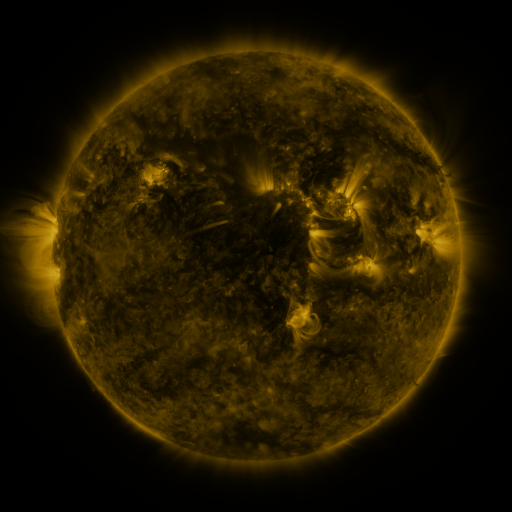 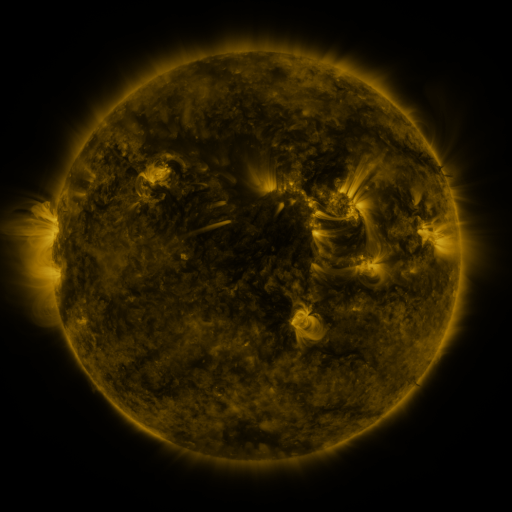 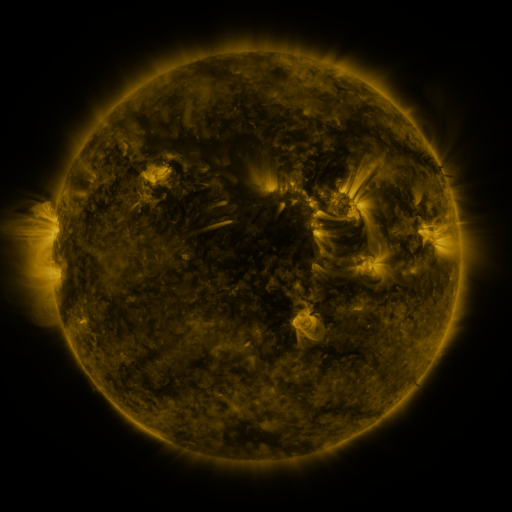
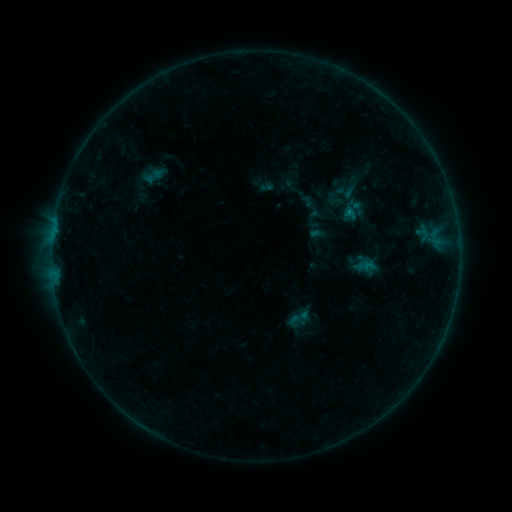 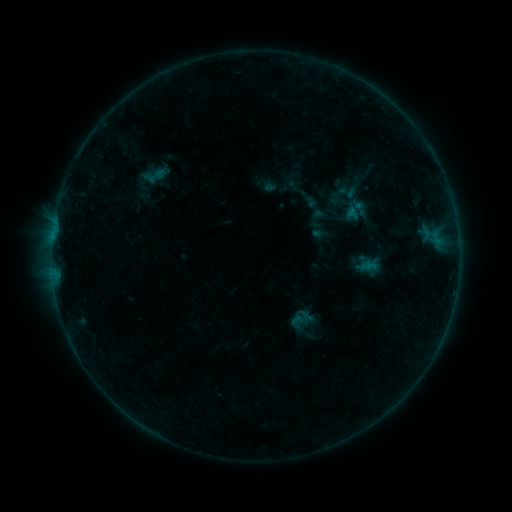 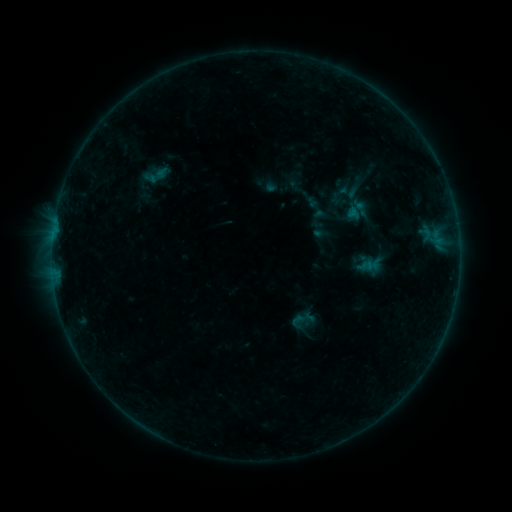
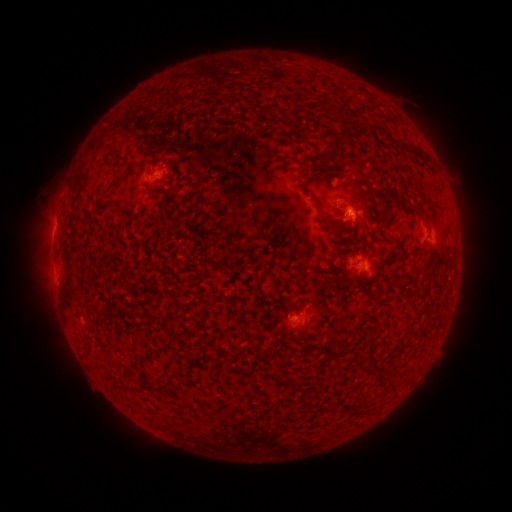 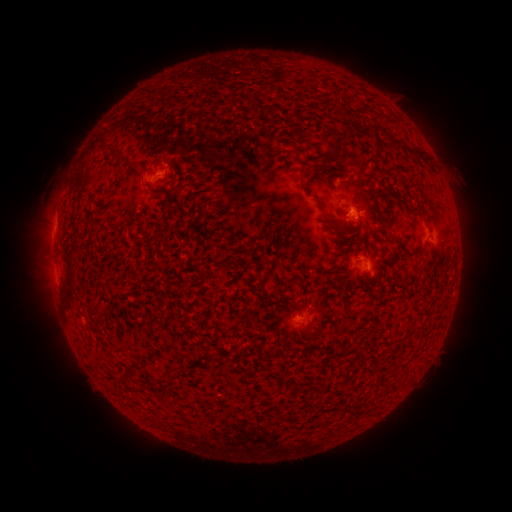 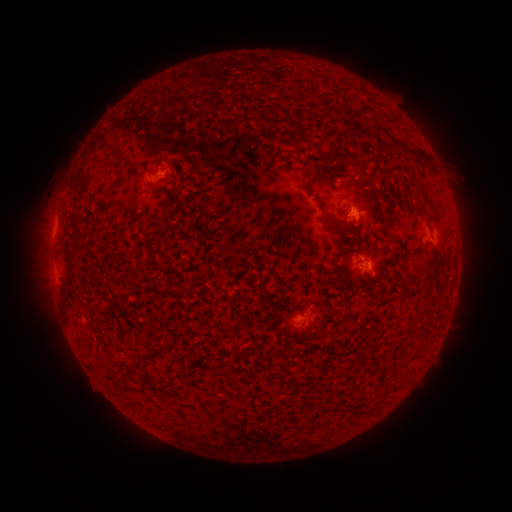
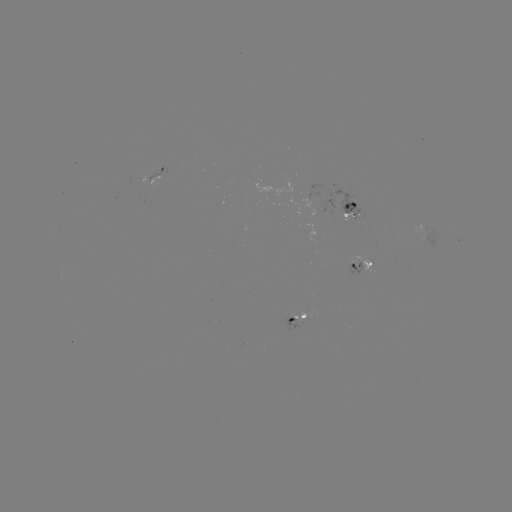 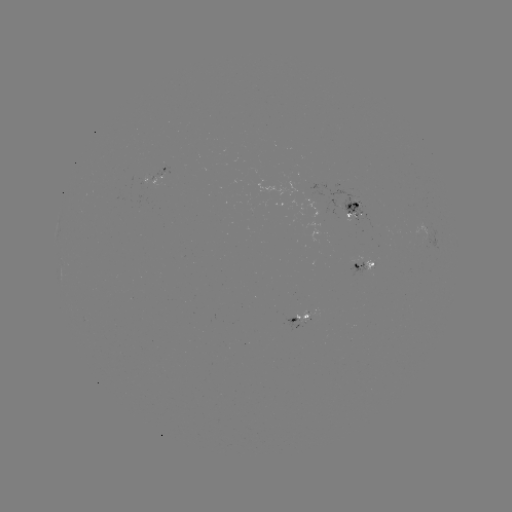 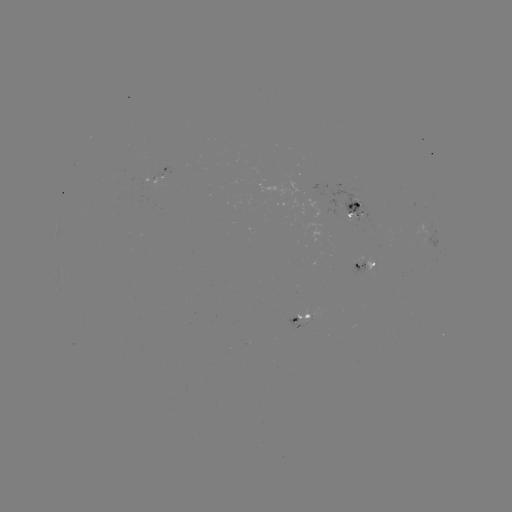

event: emerging-flux region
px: (306, 314)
